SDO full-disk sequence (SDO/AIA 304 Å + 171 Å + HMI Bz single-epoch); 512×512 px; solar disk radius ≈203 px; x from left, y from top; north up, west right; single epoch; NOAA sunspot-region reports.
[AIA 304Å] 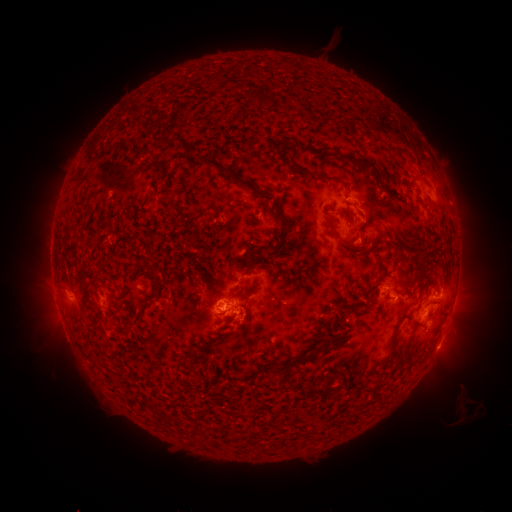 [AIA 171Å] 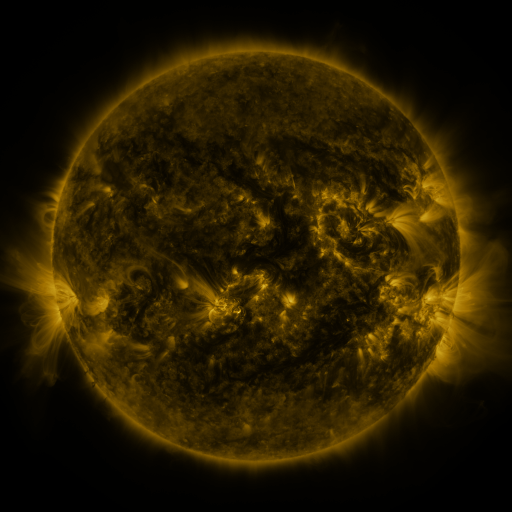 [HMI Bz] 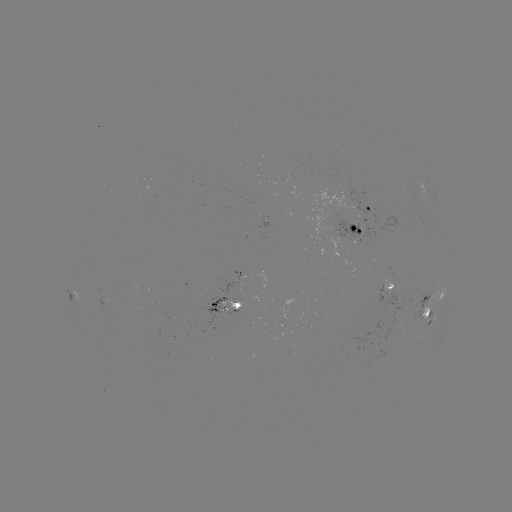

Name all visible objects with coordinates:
spotted active region: (370, 209)
spotted active region: (357, 227)
spotted active region: (393, 284)
spotted active region: (228, 304)
spotted active region: (432, 306)
spotted active region: (438, 344)
